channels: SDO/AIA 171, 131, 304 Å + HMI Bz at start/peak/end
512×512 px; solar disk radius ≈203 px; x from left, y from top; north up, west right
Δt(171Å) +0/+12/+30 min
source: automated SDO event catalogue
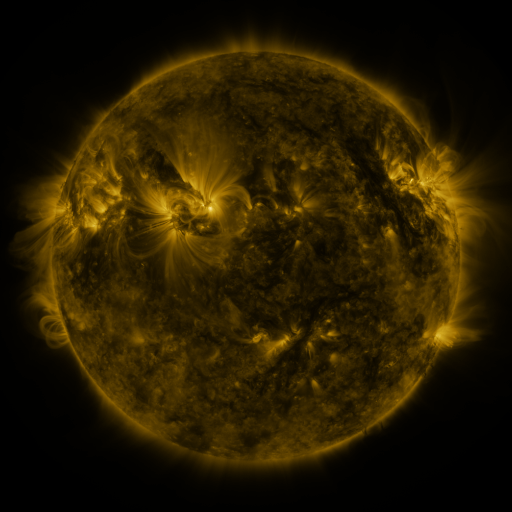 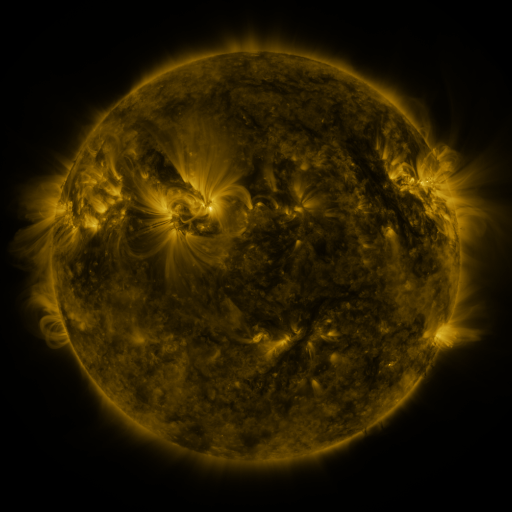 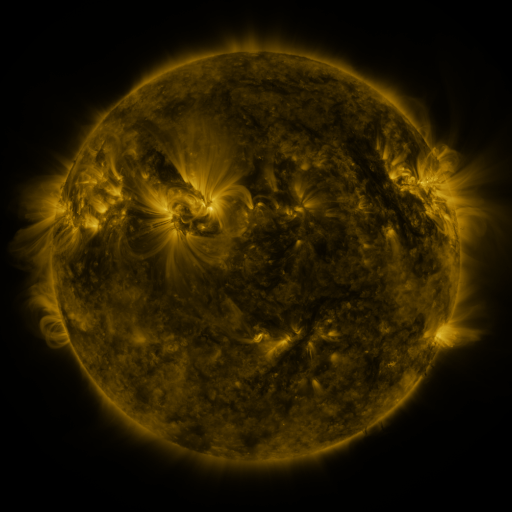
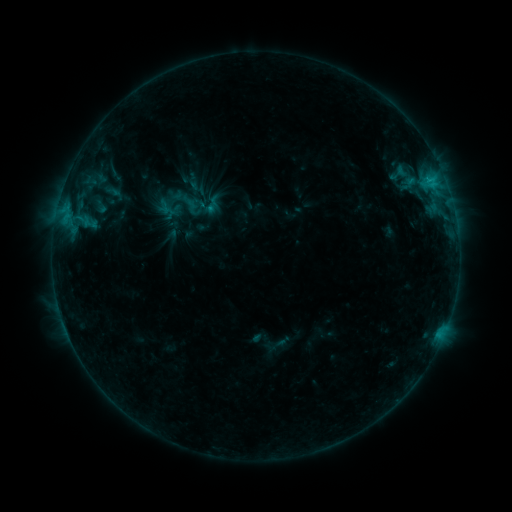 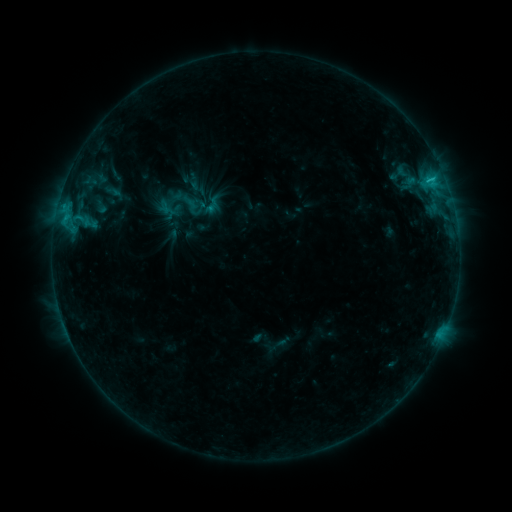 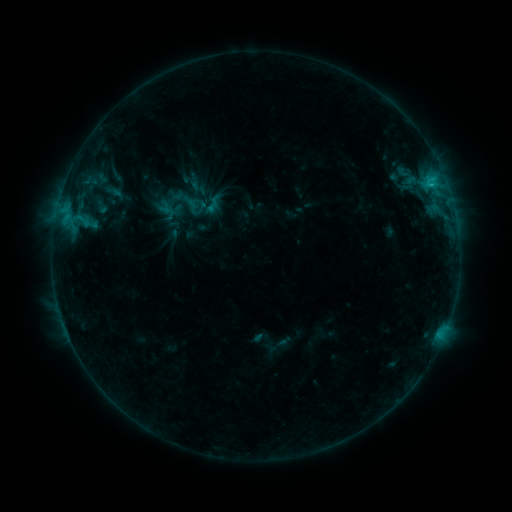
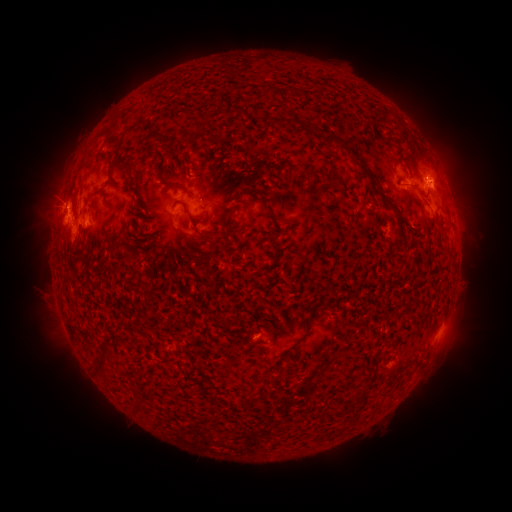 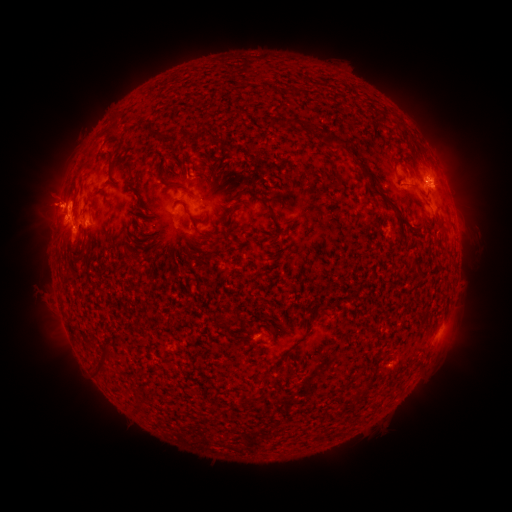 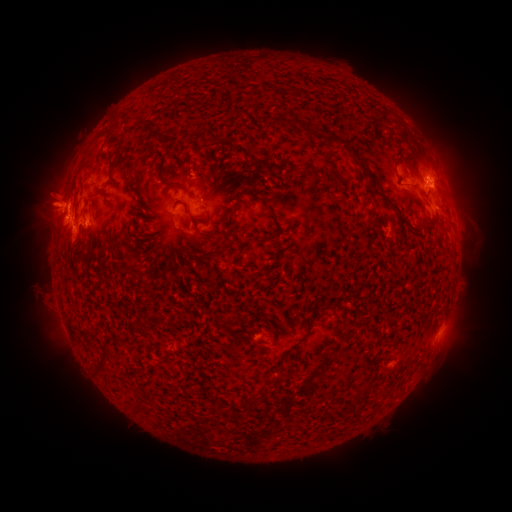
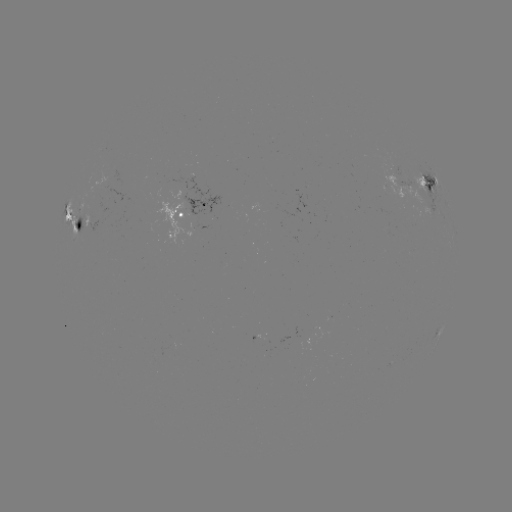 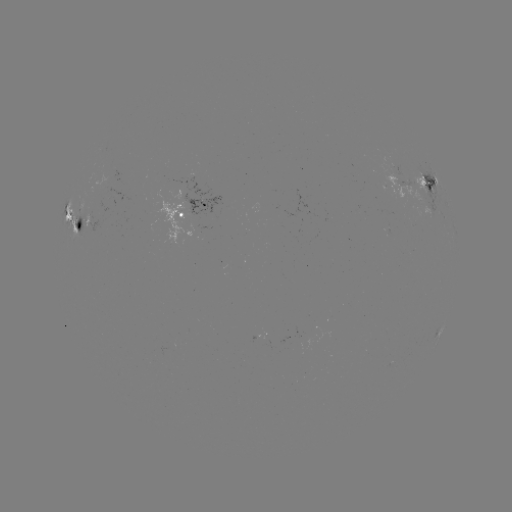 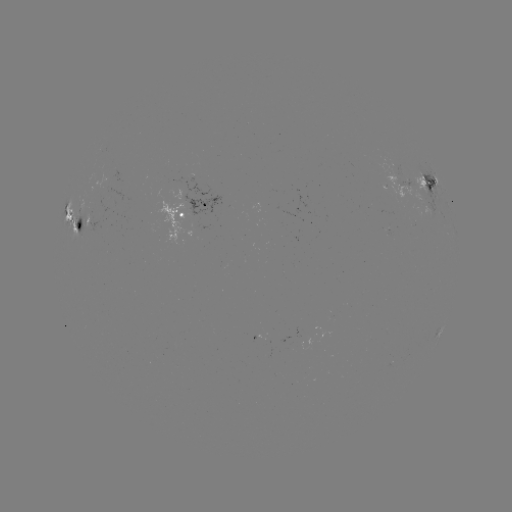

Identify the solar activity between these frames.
eruption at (50, 198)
